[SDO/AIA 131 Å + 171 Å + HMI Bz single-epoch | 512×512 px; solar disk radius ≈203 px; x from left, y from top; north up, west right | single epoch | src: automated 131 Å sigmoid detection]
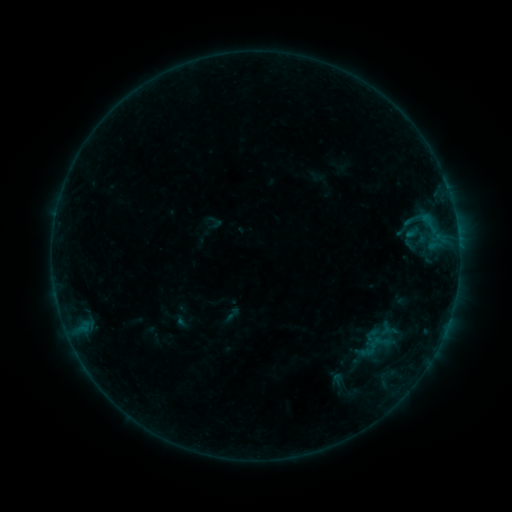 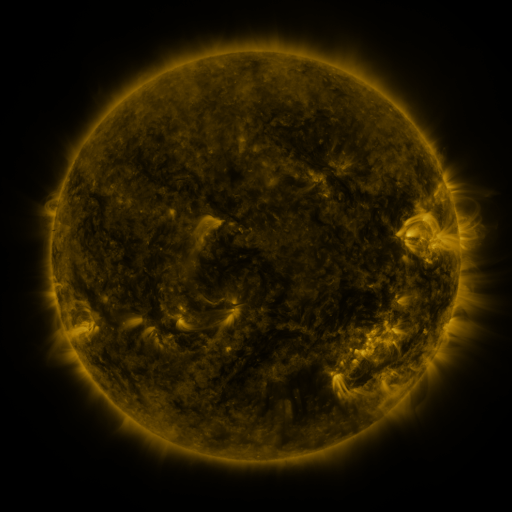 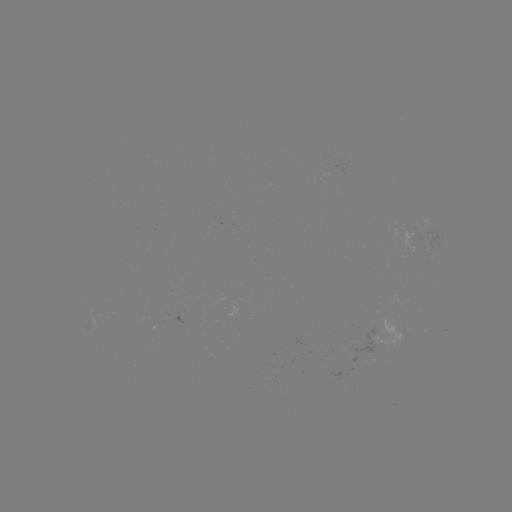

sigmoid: (223, 305, 242, 323)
